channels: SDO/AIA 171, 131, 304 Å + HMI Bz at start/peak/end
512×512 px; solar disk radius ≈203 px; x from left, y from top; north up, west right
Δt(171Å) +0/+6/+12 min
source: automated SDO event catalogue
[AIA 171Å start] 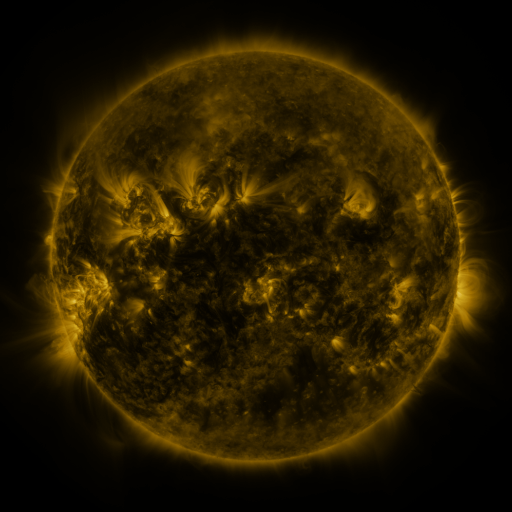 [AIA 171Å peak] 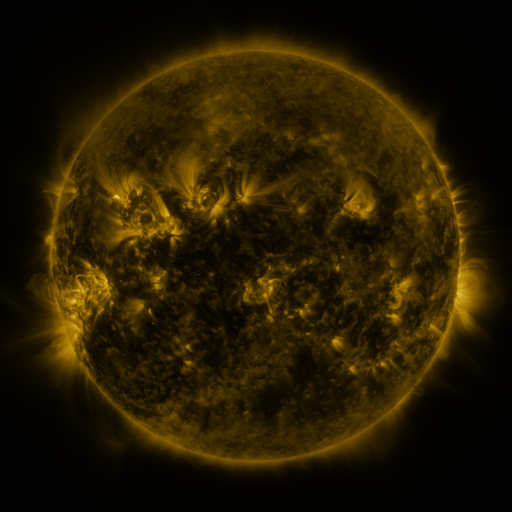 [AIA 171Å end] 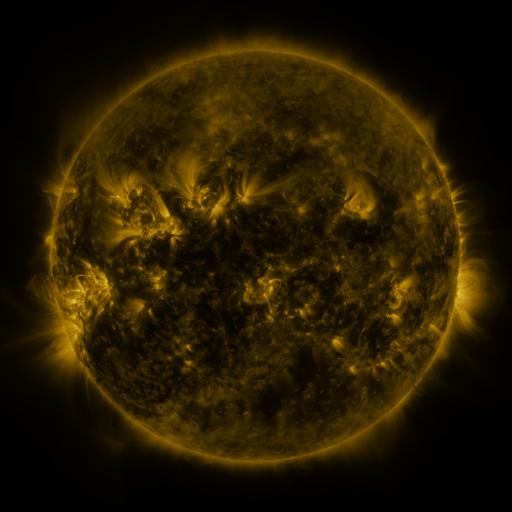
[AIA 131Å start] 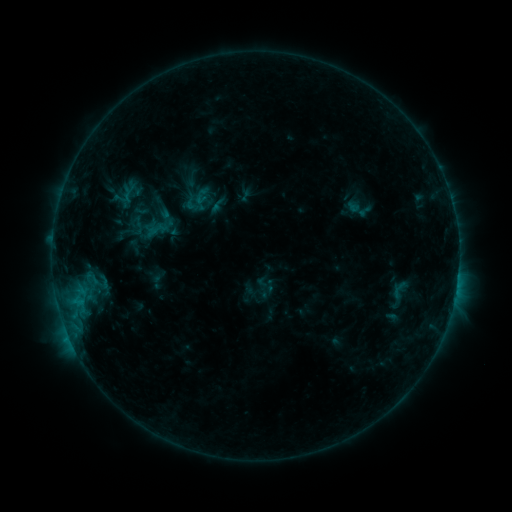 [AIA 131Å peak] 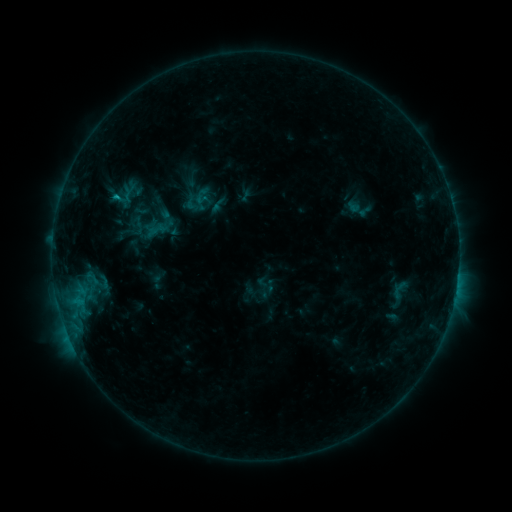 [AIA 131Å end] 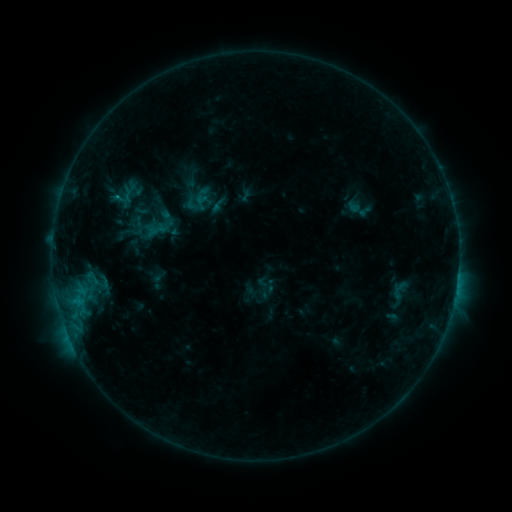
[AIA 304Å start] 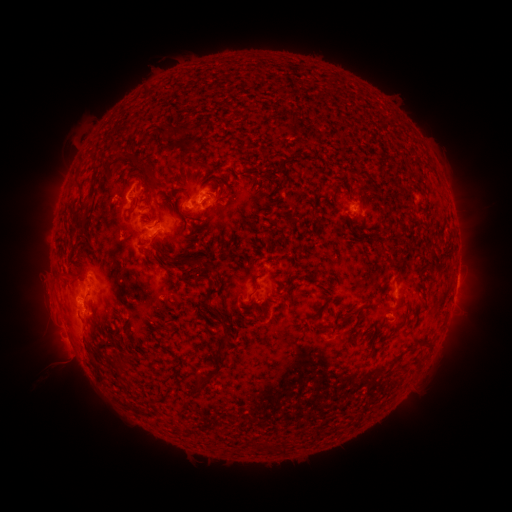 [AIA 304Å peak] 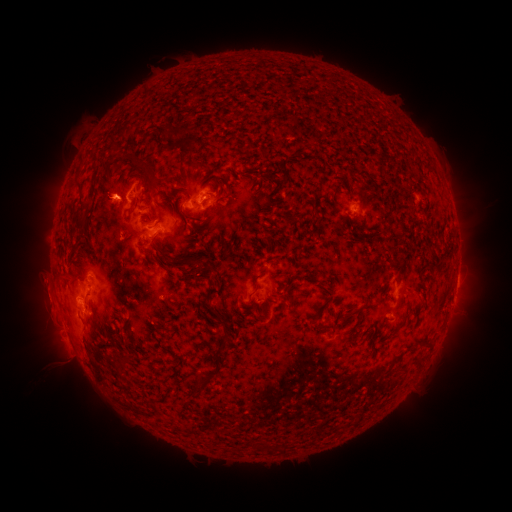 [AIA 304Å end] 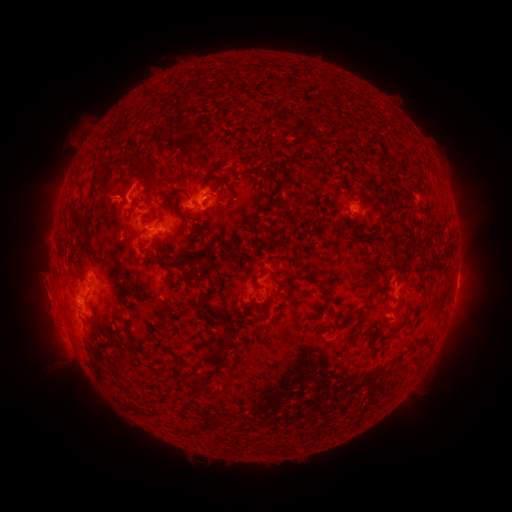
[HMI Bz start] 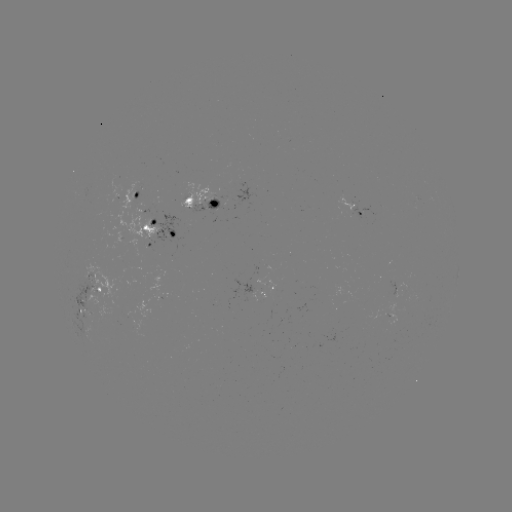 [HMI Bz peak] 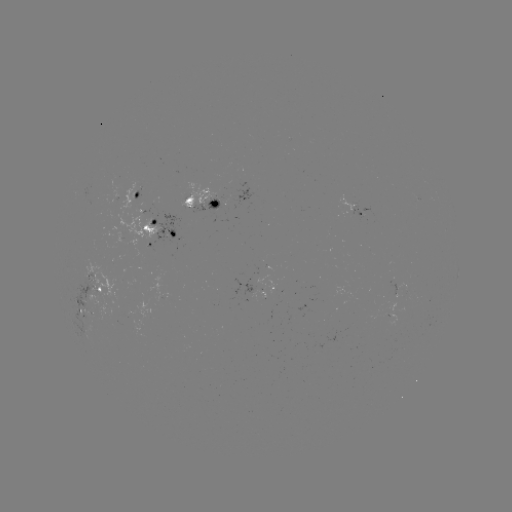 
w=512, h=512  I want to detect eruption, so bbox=[82, 174, 129, 223].